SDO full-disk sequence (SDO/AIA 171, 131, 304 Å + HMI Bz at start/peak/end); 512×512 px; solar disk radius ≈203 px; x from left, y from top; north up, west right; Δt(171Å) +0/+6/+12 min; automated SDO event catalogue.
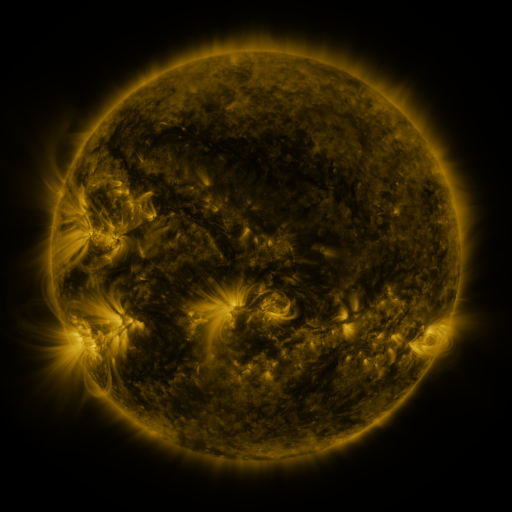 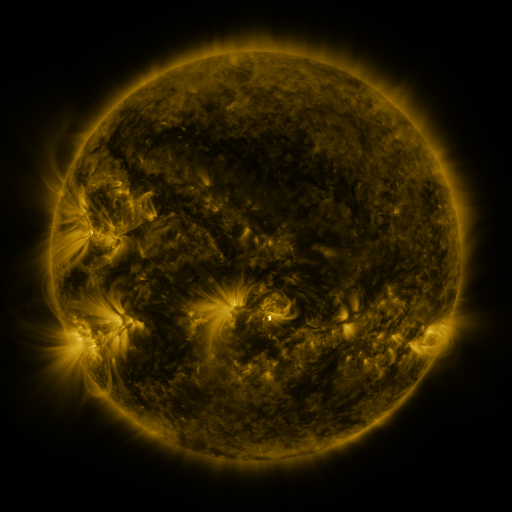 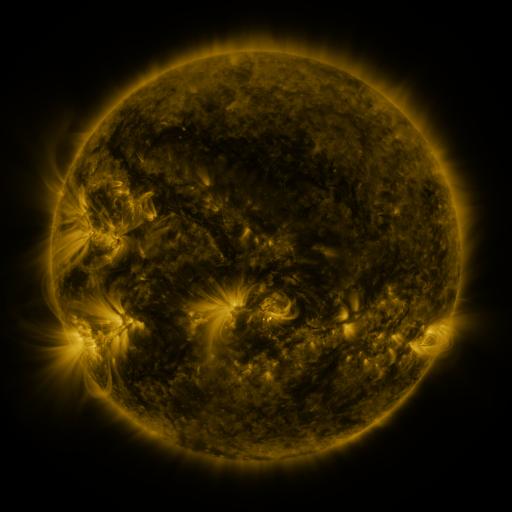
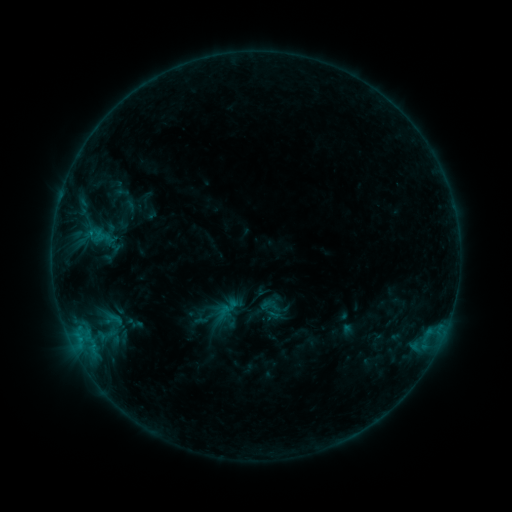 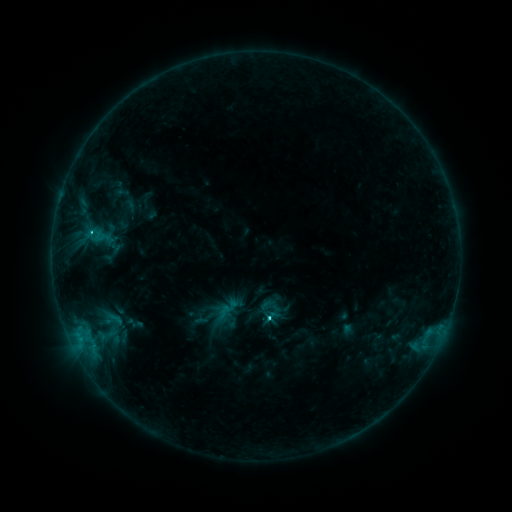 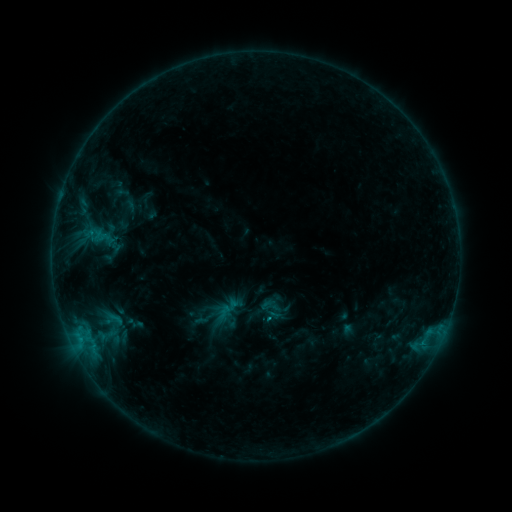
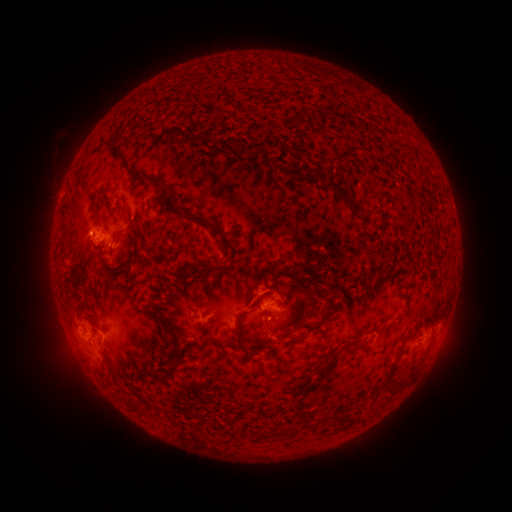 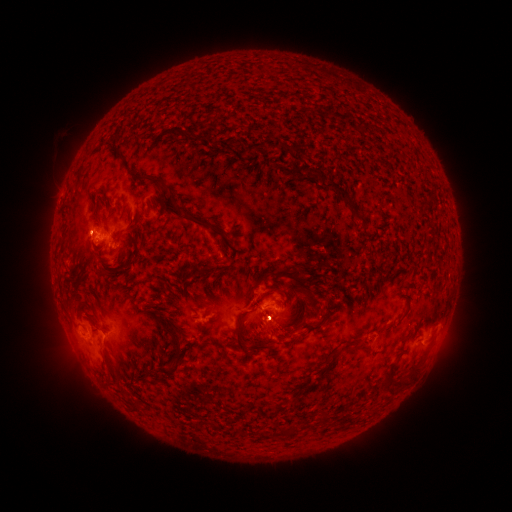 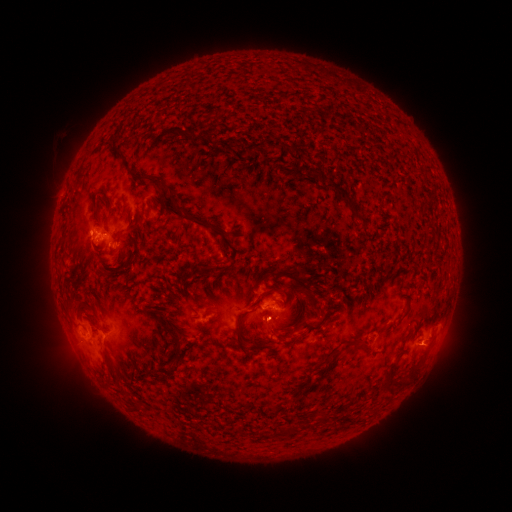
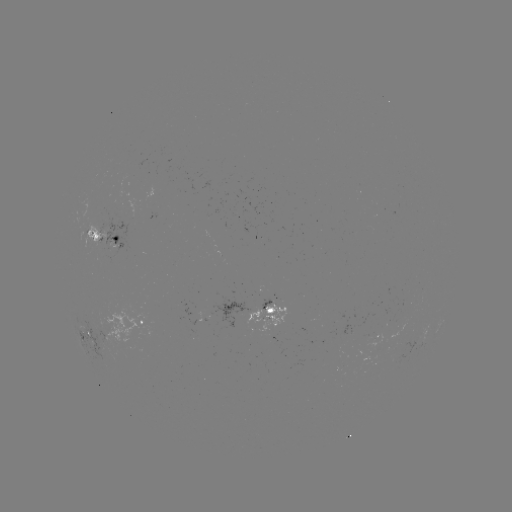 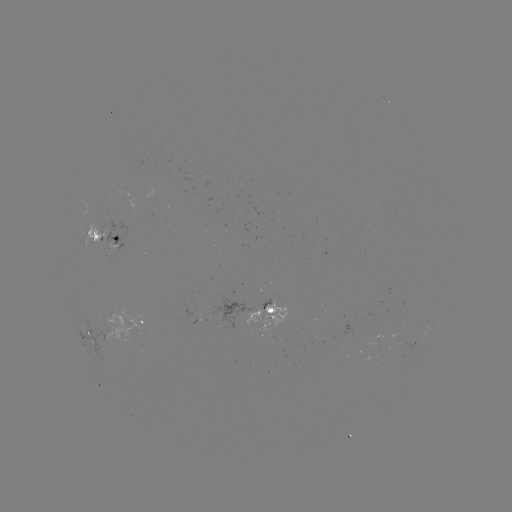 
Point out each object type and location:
C1.8 flare: (91, 235)
